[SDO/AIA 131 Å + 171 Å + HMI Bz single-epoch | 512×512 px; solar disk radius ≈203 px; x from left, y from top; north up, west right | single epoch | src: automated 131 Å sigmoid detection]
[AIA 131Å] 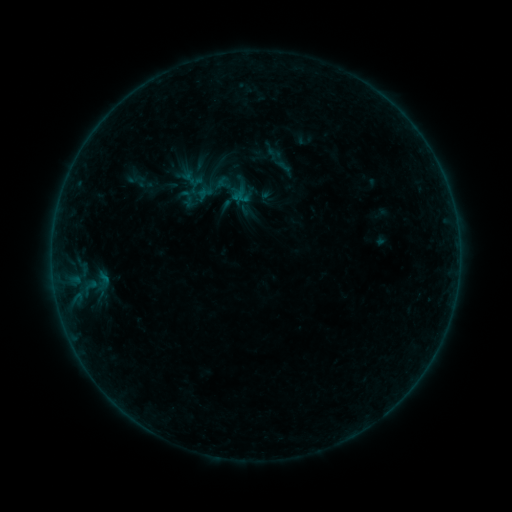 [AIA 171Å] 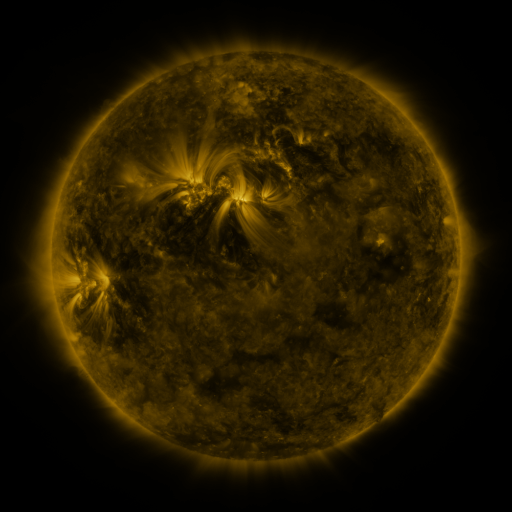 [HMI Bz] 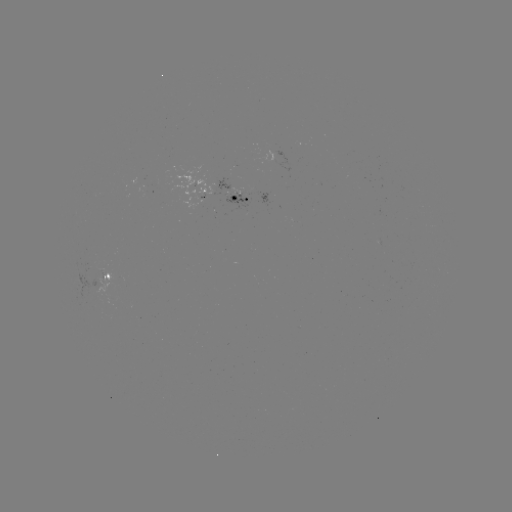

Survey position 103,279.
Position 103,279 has sigmoid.